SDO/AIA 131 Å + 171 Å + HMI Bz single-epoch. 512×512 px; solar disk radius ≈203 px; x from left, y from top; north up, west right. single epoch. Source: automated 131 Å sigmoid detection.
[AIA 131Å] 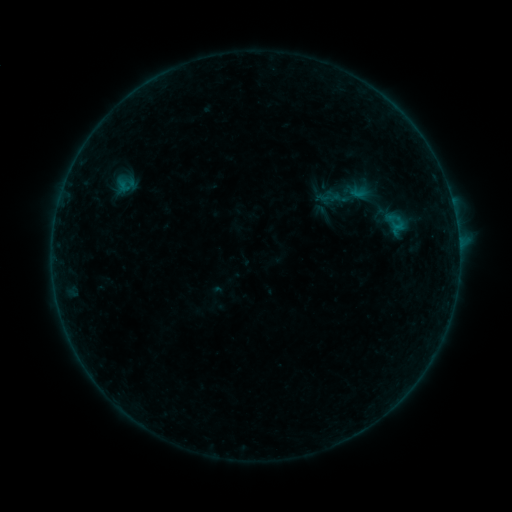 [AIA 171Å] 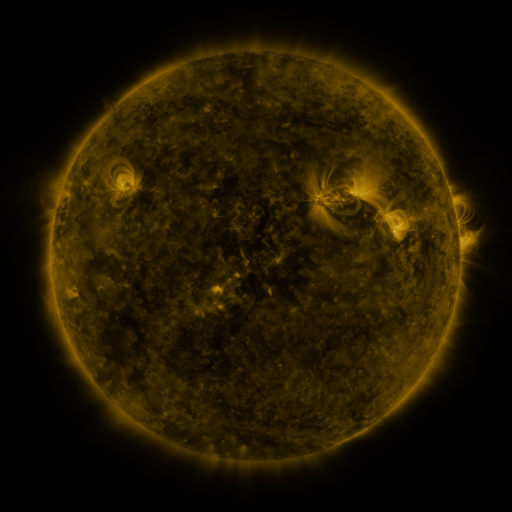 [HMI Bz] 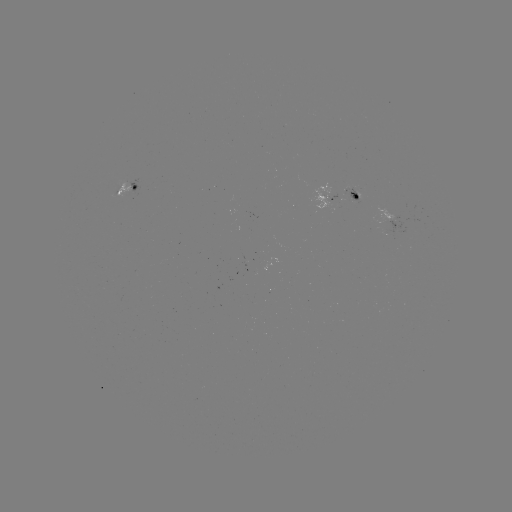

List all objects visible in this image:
sigmoid: (126, 185)
